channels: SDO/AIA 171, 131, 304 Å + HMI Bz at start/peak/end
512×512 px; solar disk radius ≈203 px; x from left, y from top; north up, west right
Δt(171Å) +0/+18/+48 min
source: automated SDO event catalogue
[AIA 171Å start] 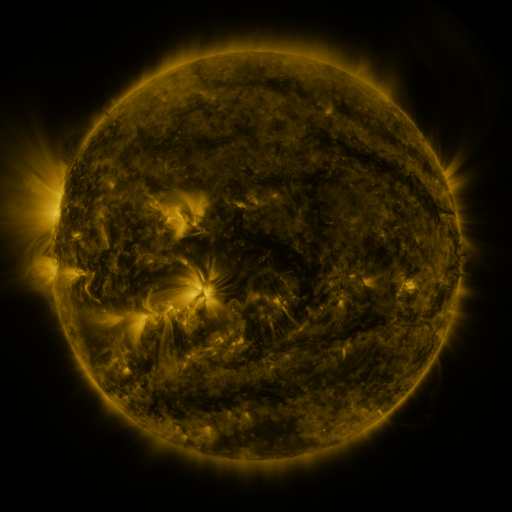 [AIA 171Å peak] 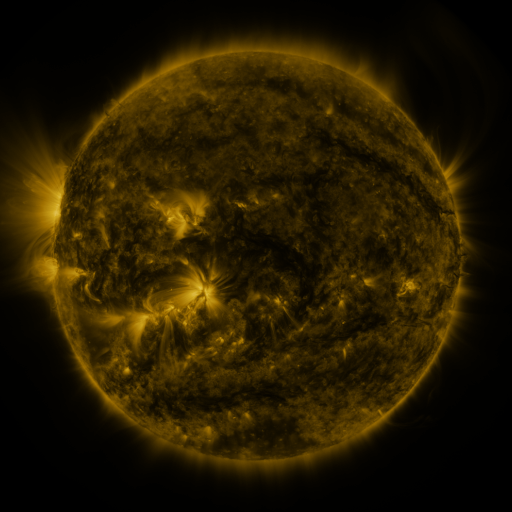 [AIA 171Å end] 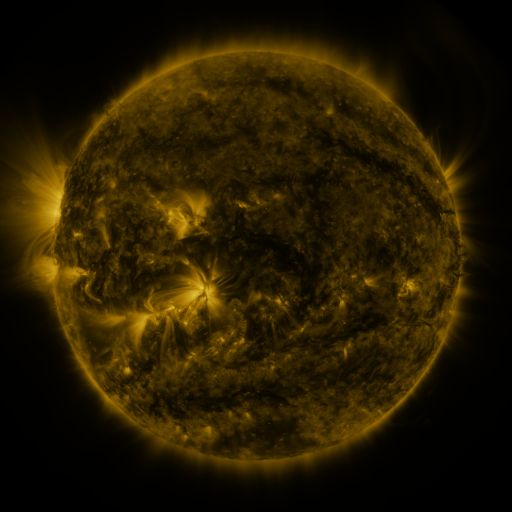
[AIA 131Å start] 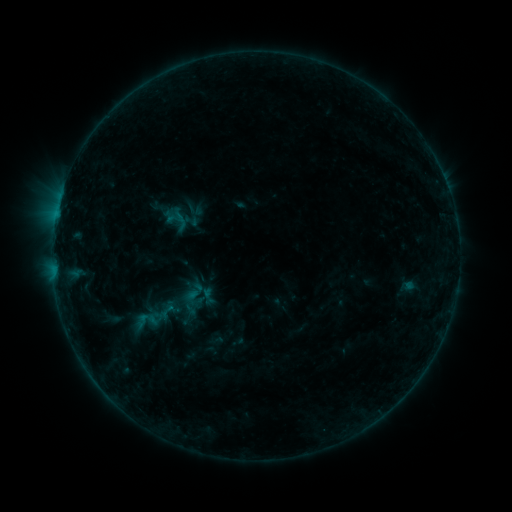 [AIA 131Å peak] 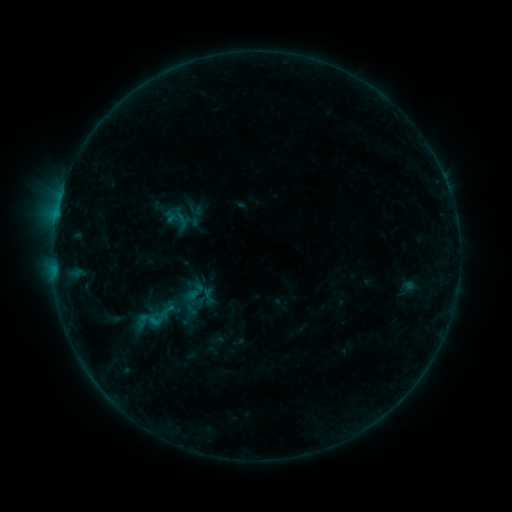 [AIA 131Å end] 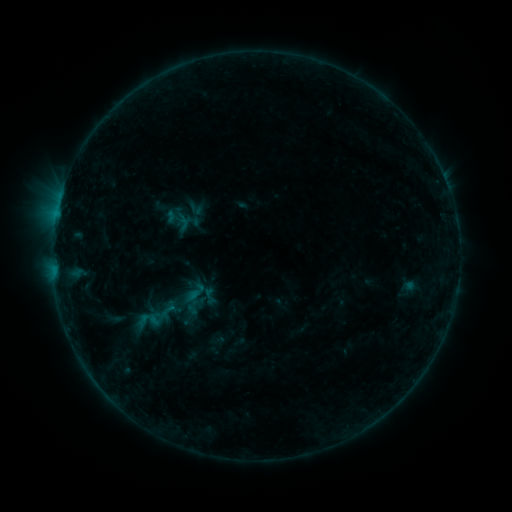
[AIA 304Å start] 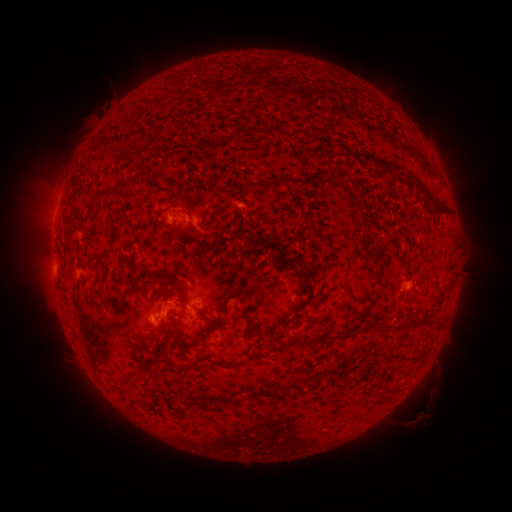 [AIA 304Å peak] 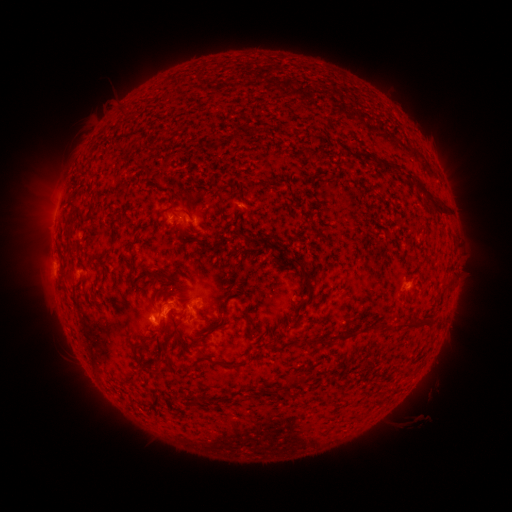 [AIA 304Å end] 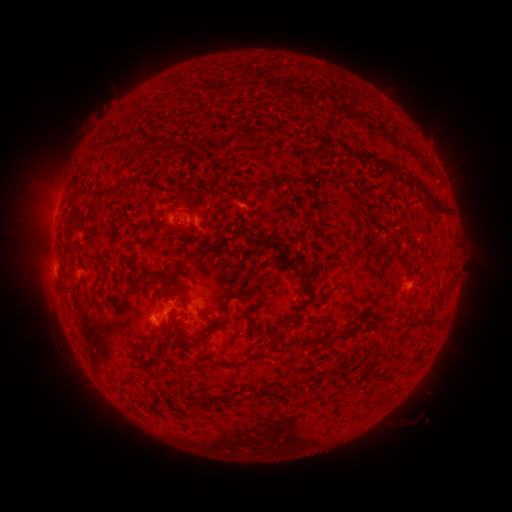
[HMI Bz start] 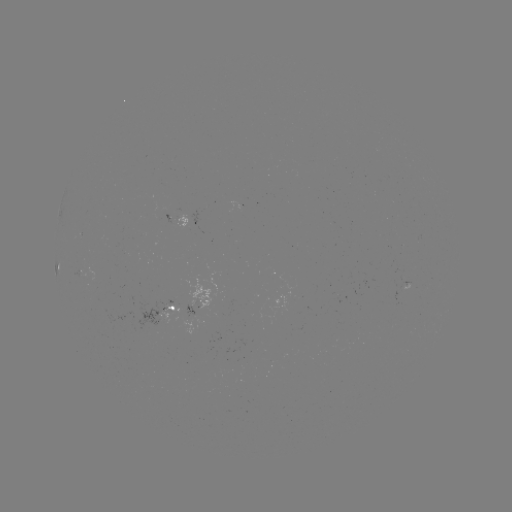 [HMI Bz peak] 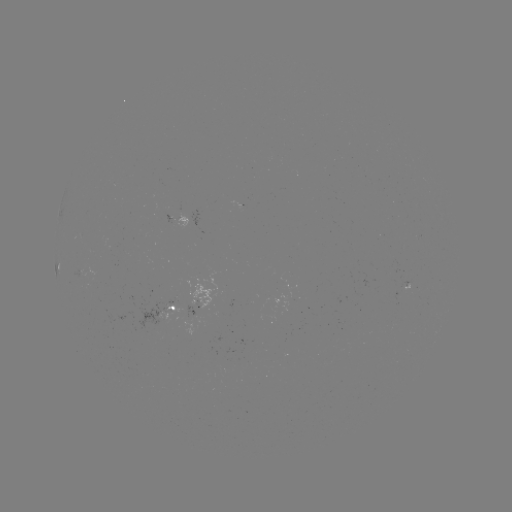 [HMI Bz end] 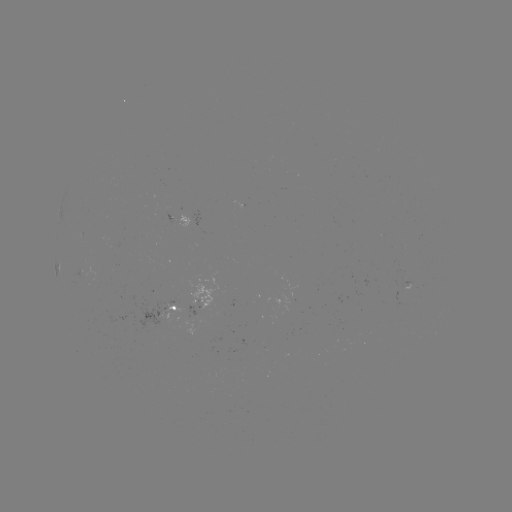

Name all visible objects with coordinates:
B4.6 flare: (156, 320)
